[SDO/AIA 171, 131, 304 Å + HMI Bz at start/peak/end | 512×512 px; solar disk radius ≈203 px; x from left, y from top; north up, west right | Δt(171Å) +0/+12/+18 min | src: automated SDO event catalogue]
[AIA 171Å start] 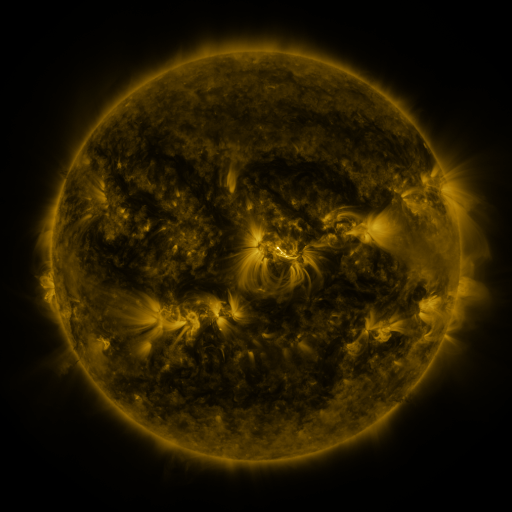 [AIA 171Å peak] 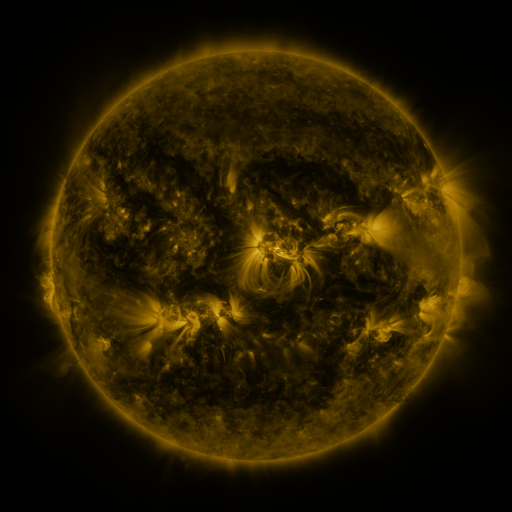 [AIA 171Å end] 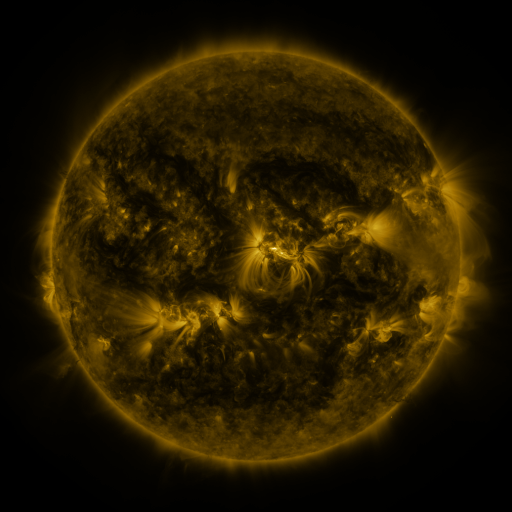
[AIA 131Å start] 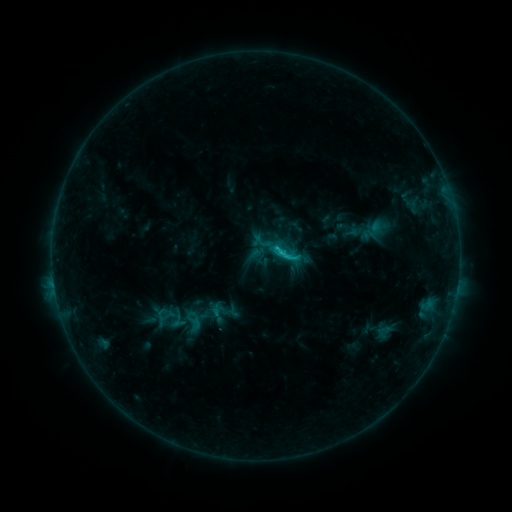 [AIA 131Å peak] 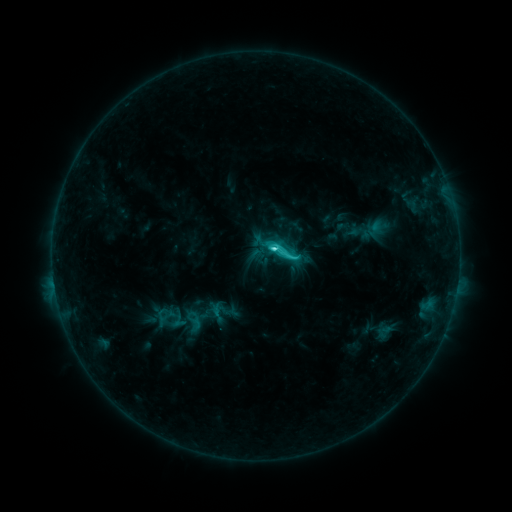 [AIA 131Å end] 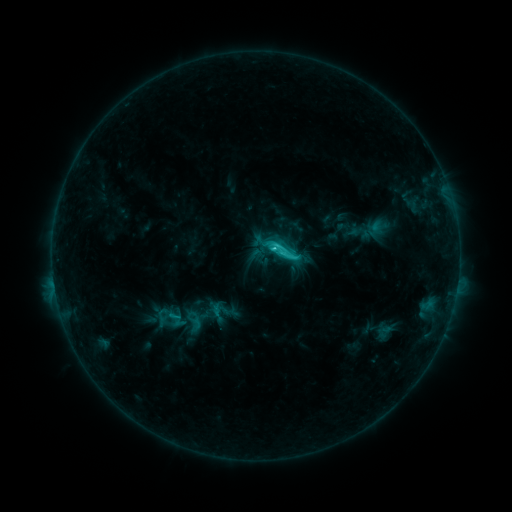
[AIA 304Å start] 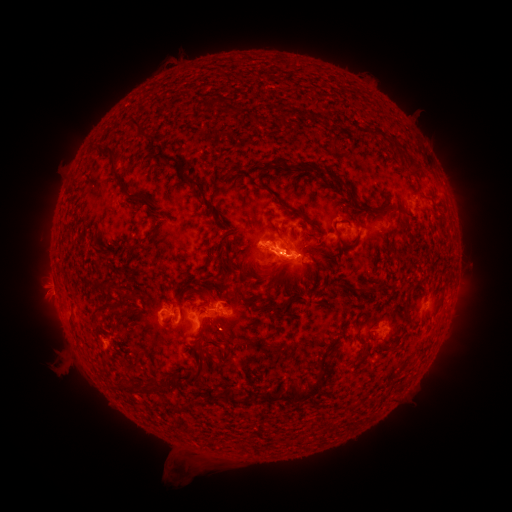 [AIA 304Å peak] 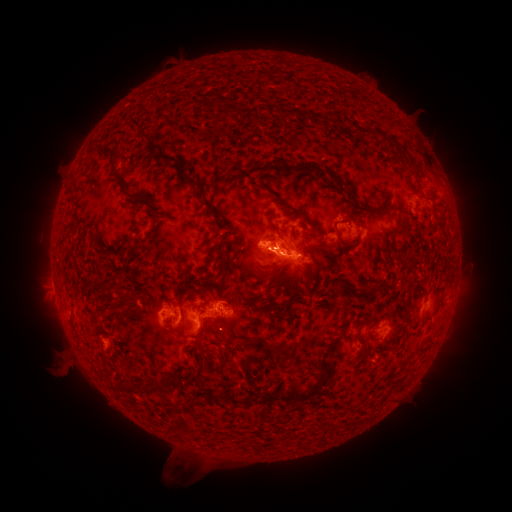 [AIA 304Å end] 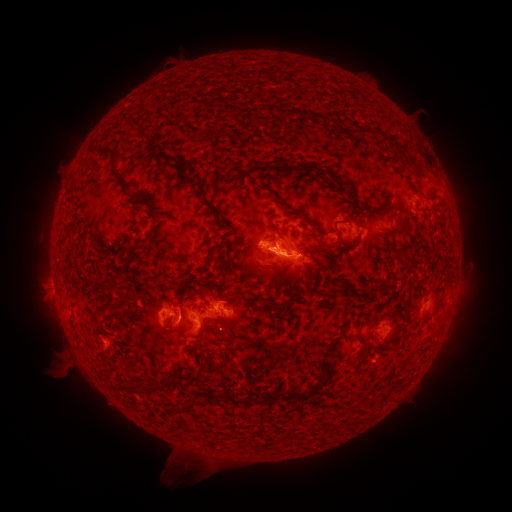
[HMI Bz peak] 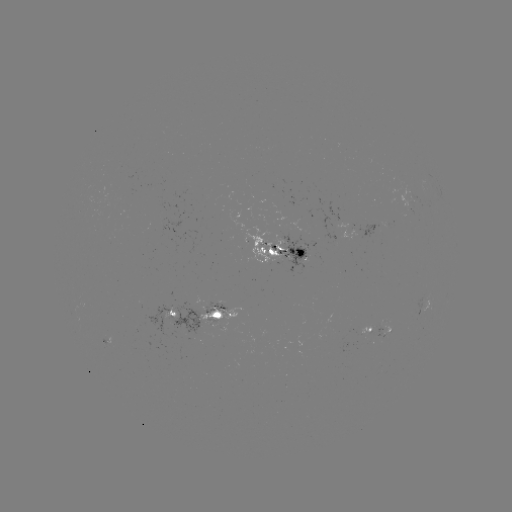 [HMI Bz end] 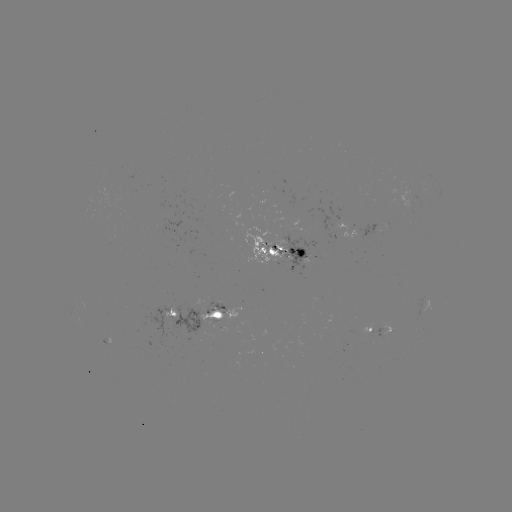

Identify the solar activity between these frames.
C4.1 flare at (273, 249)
